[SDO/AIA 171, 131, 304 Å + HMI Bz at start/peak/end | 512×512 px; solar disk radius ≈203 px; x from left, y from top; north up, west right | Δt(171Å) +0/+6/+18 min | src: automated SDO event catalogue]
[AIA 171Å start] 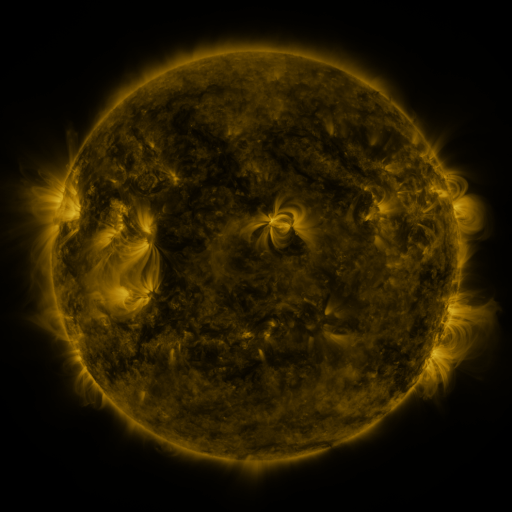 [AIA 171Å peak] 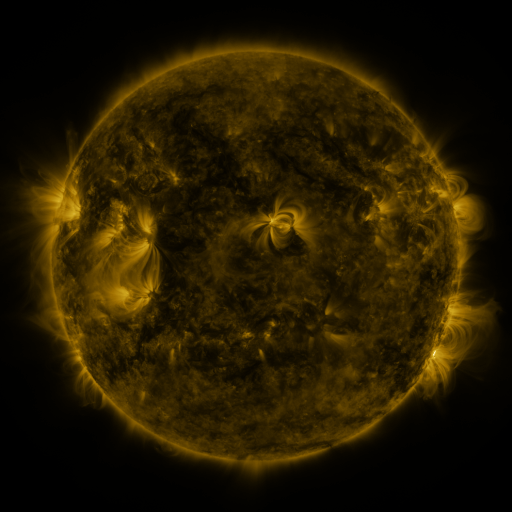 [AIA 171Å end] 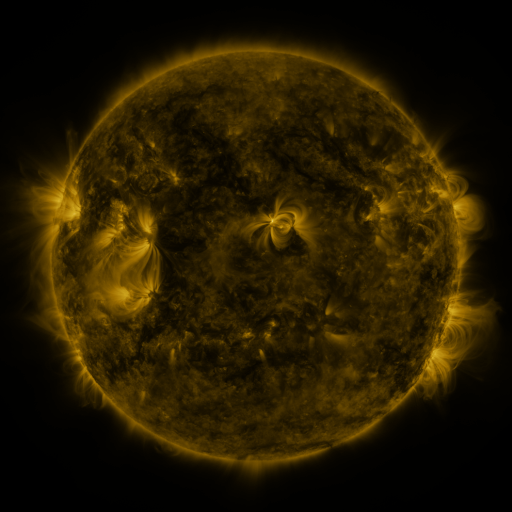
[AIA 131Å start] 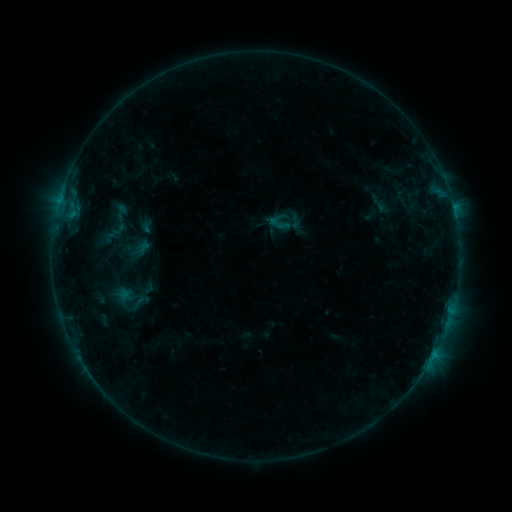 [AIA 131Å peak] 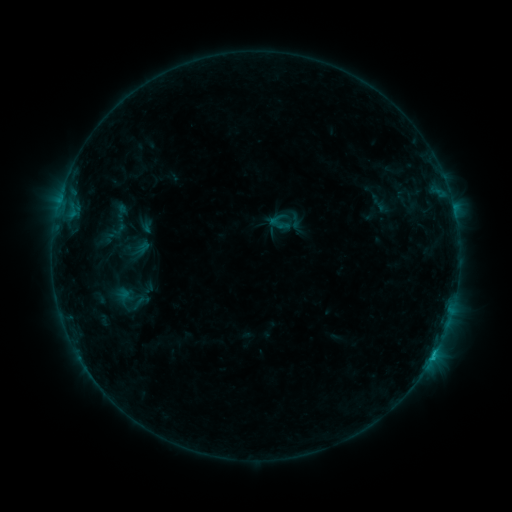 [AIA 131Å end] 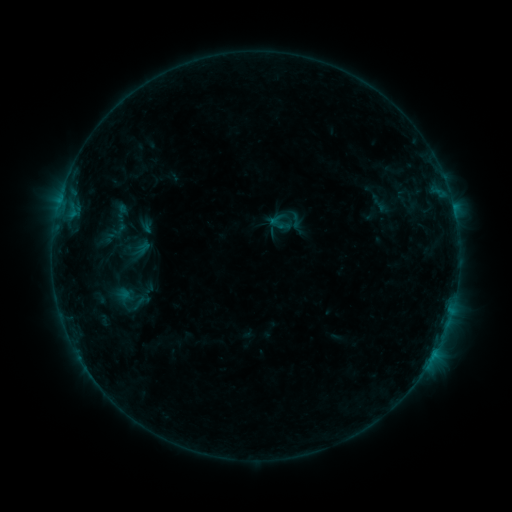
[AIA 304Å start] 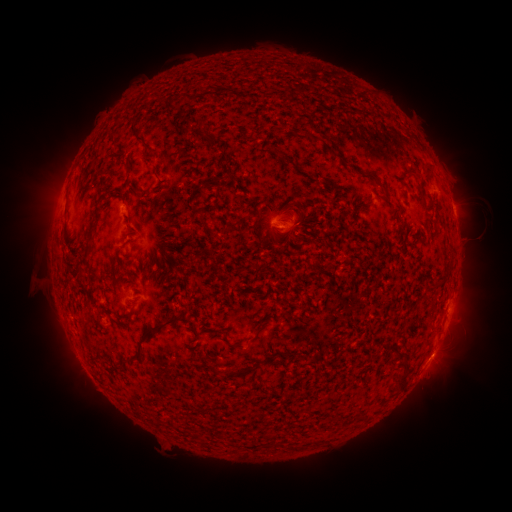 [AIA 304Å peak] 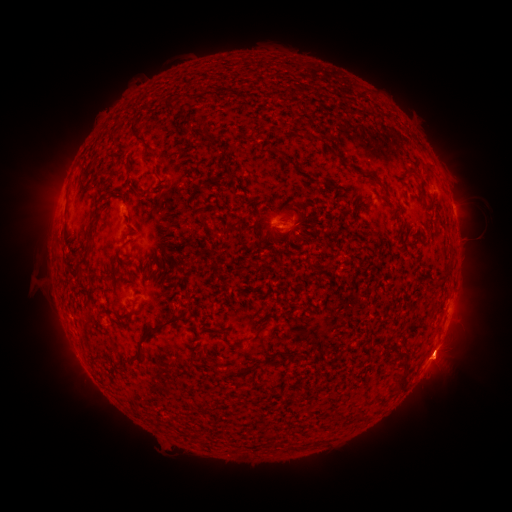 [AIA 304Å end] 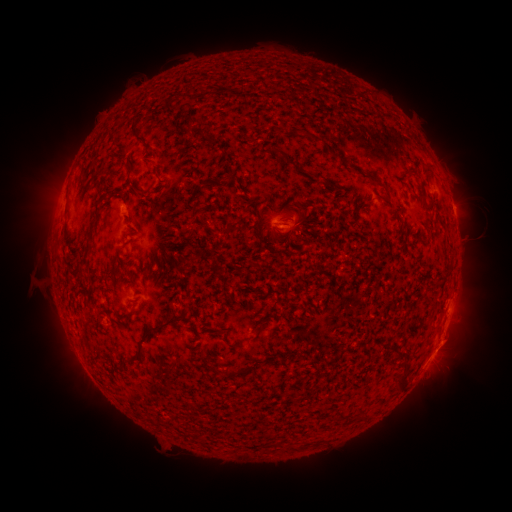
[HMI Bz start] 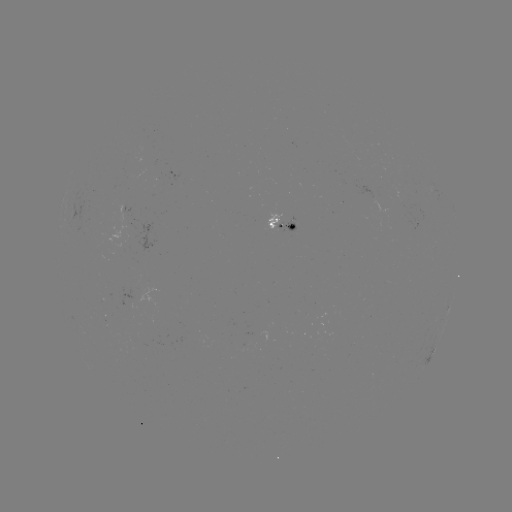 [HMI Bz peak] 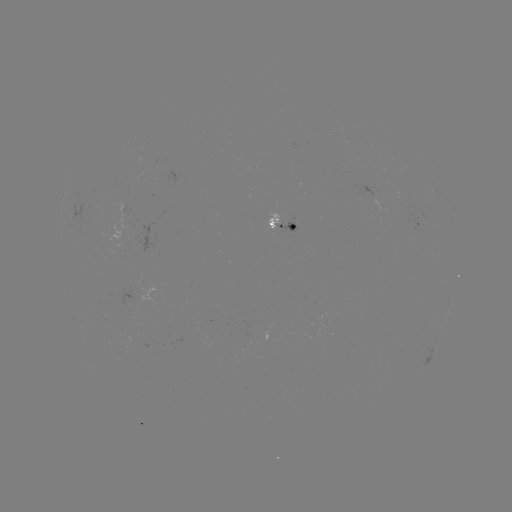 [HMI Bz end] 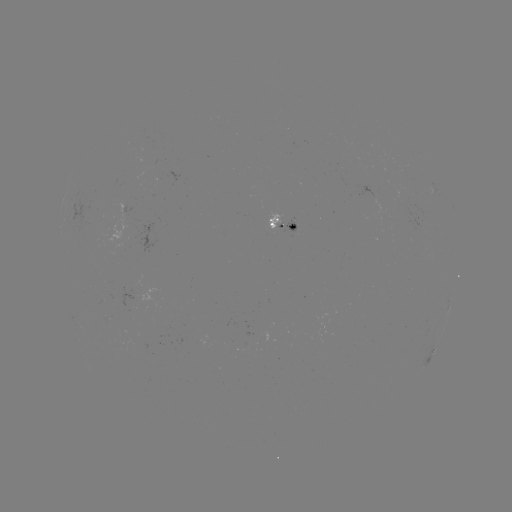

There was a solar eruption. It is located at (448, 352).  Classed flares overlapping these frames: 1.